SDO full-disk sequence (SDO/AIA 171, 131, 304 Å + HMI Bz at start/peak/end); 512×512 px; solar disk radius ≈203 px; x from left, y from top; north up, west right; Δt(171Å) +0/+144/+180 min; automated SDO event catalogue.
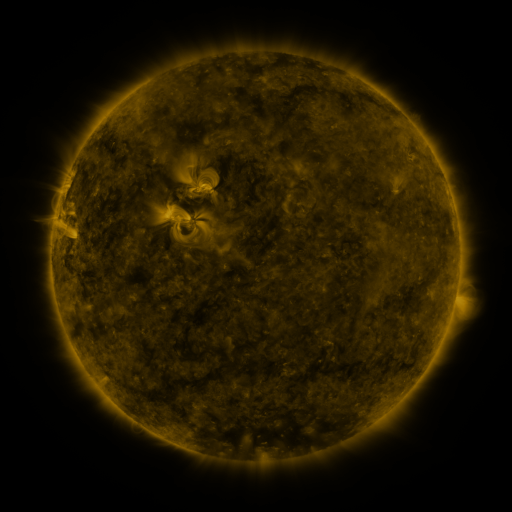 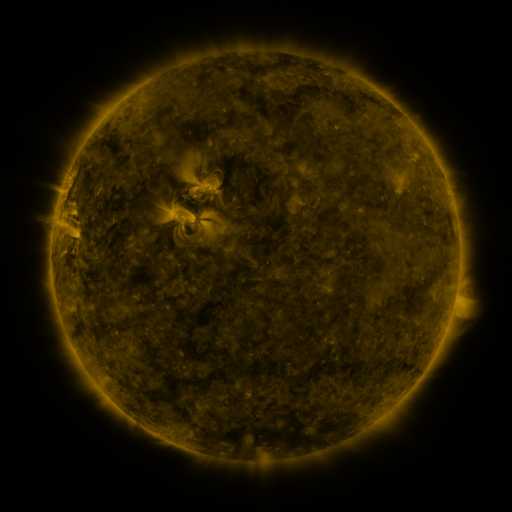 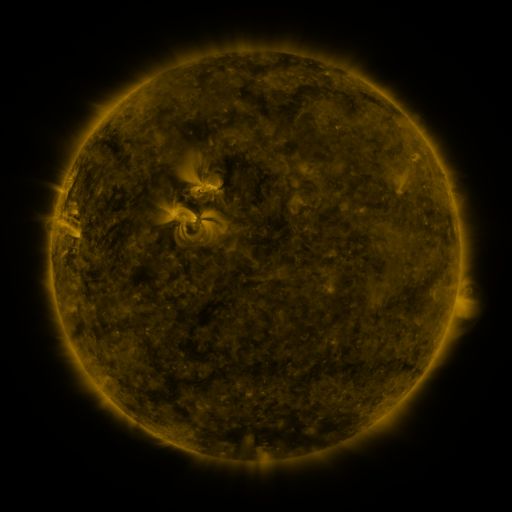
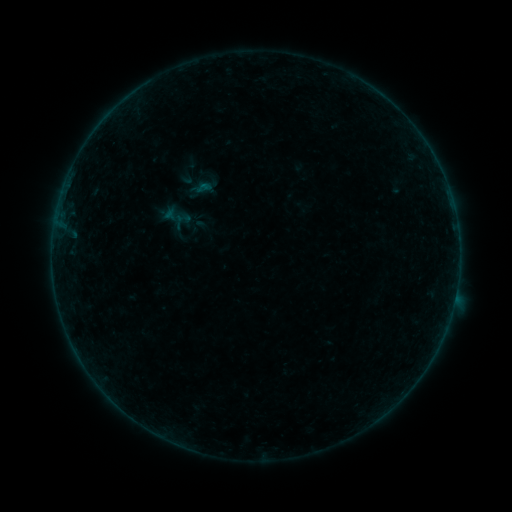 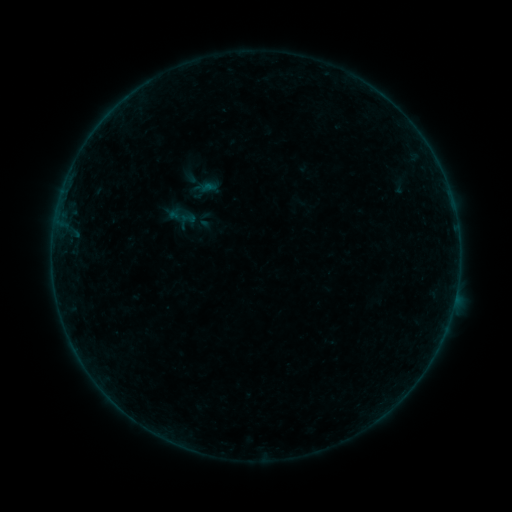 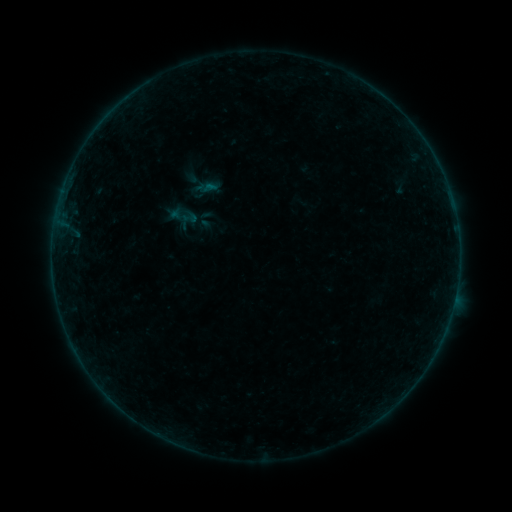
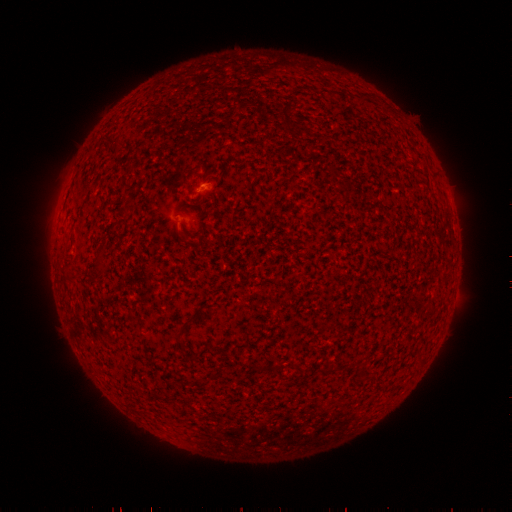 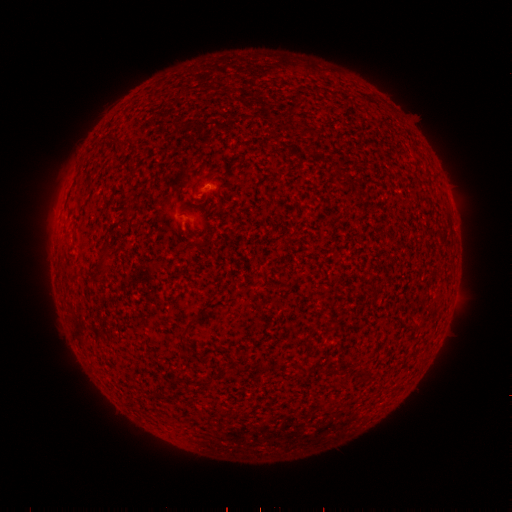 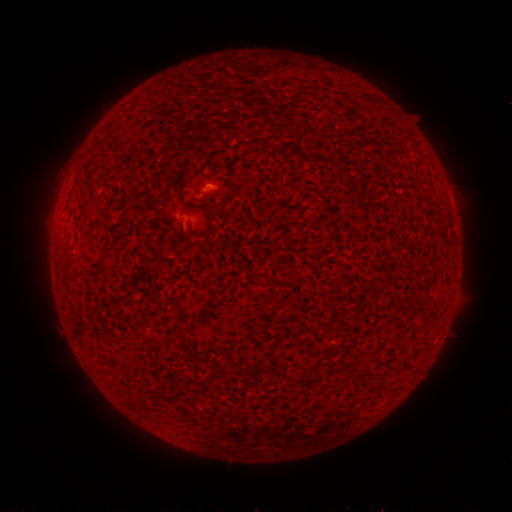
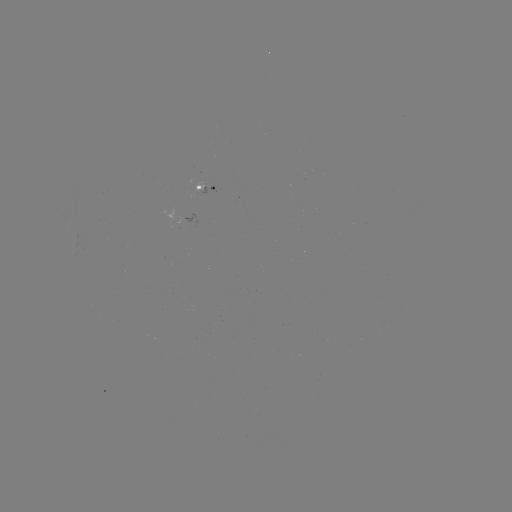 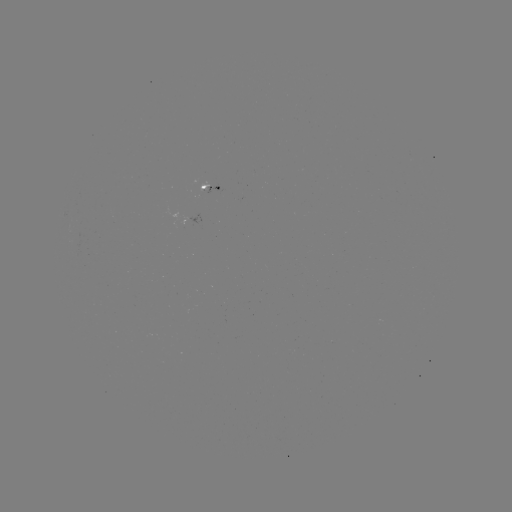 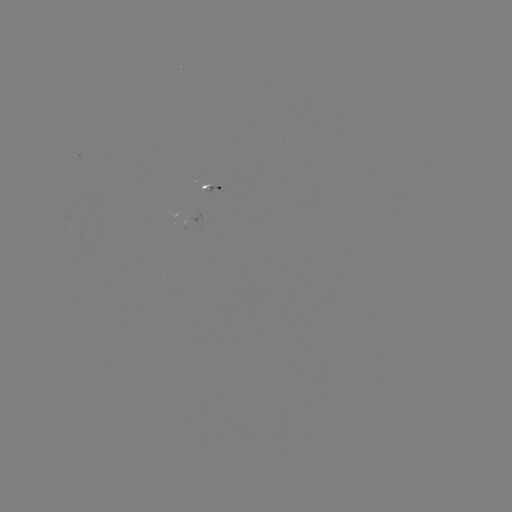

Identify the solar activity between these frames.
emerging-flux region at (204, 193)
